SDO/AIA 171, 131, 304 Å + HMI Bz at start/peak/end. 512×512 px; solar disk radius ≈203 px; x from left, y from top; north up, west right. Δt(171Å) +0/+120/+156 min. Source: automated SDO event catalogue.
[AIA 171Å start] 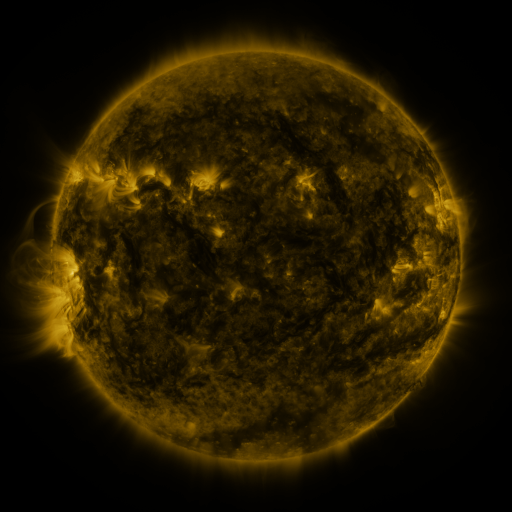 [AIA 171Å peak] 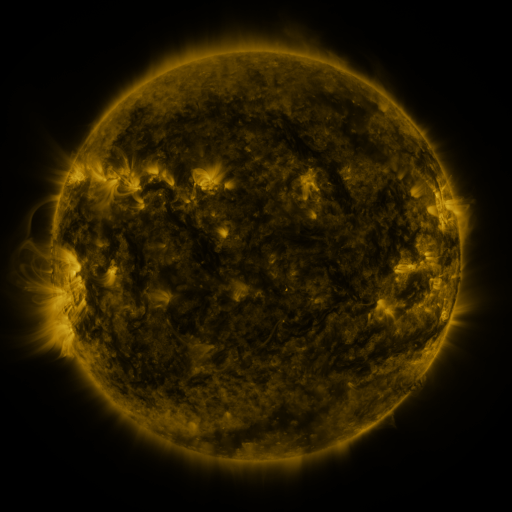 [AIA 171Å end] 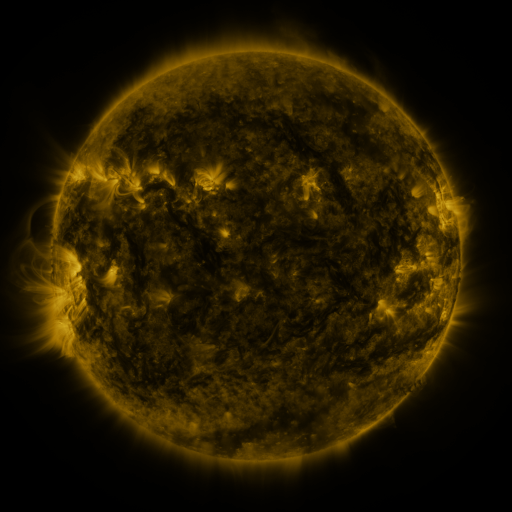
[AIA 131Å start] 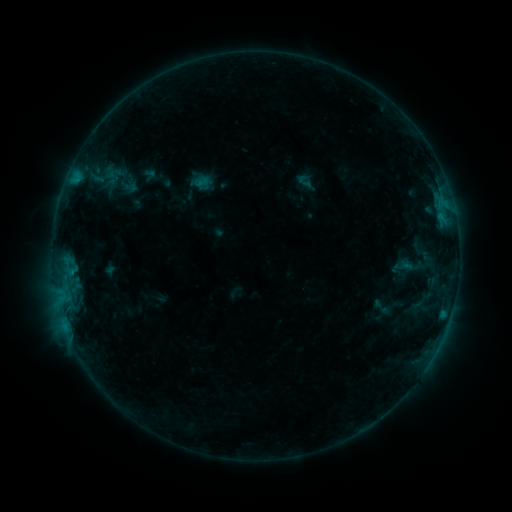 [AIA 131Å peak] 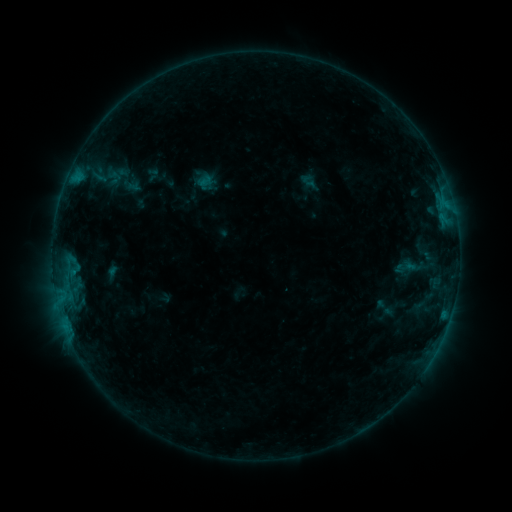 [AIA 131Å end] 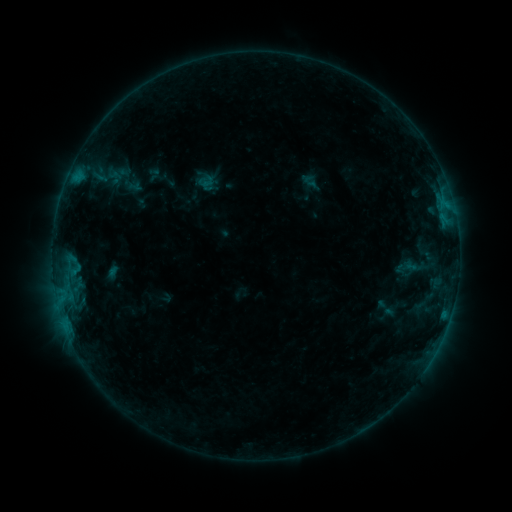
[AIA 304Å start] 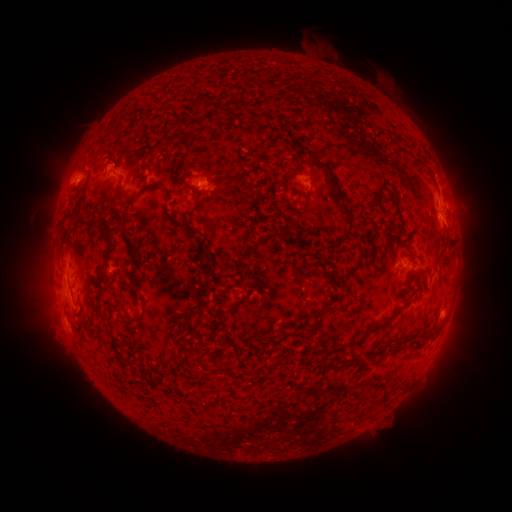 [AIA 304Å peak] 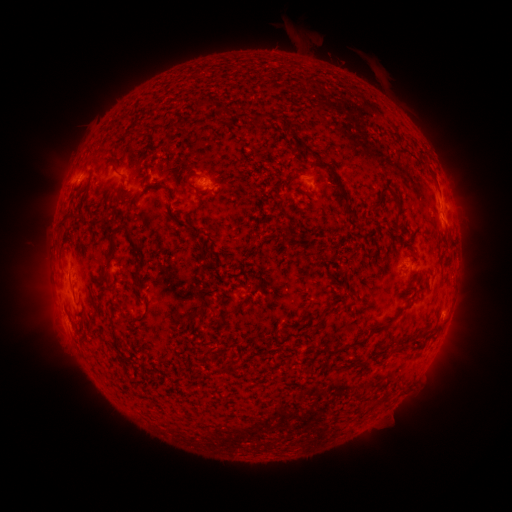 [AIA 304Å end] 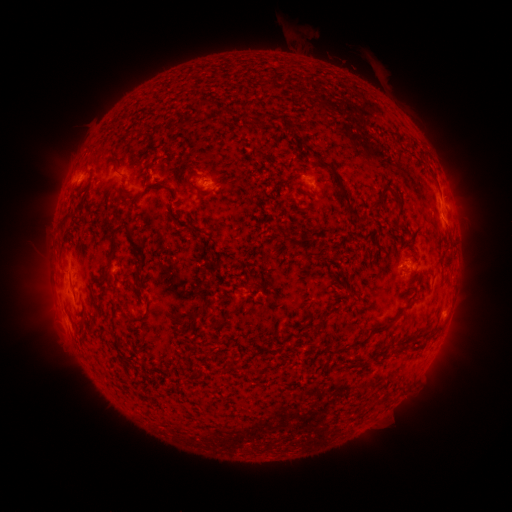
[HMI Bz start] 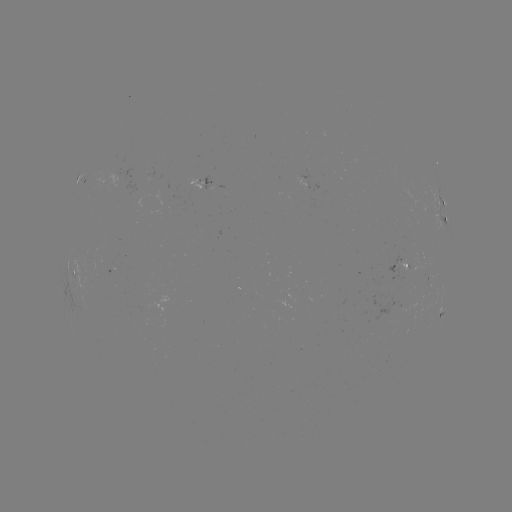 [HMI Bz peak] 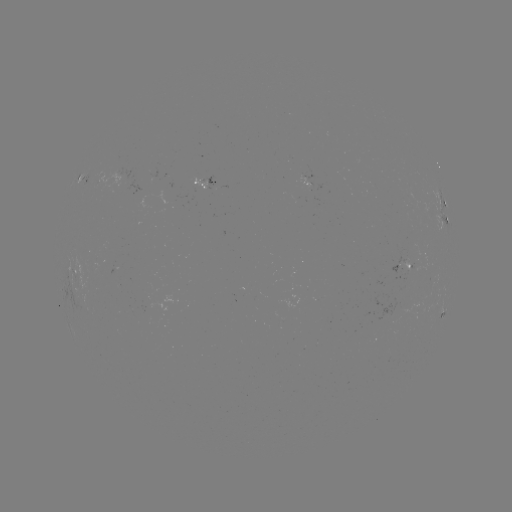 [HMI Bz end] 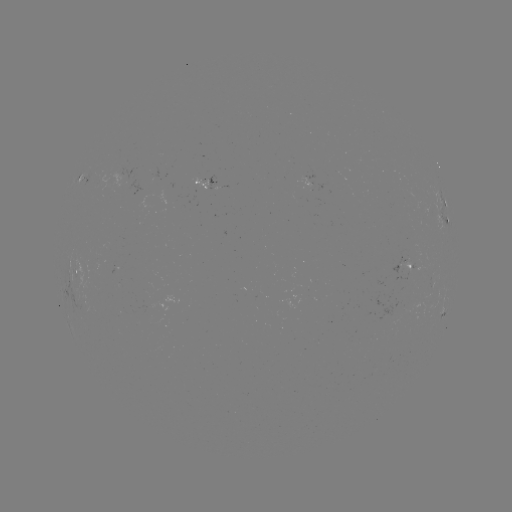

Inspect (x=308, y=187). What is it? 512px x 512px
emerging-flux region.